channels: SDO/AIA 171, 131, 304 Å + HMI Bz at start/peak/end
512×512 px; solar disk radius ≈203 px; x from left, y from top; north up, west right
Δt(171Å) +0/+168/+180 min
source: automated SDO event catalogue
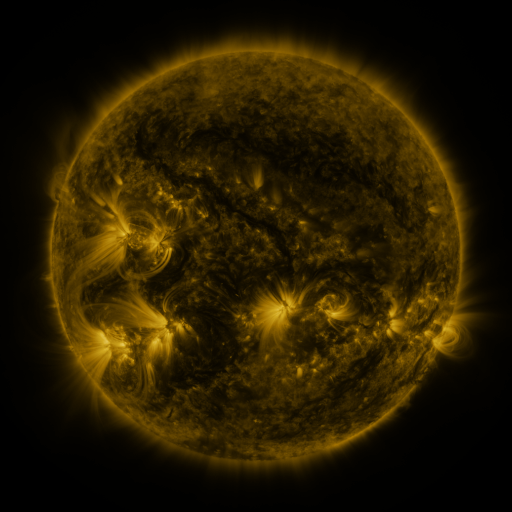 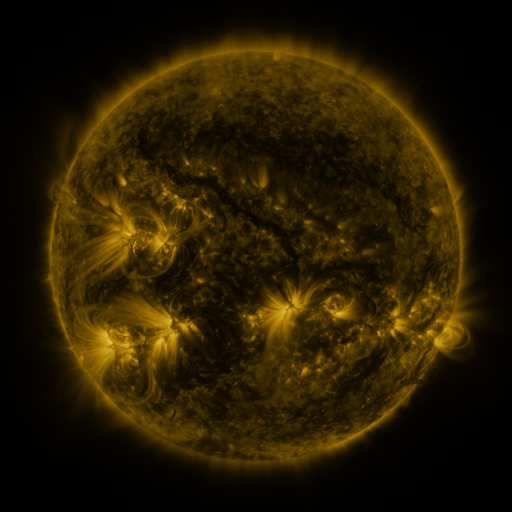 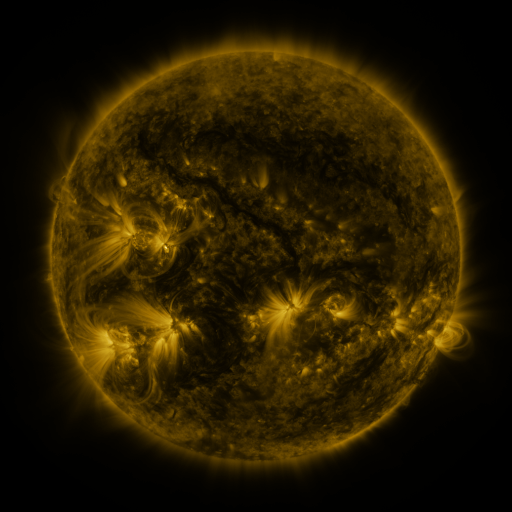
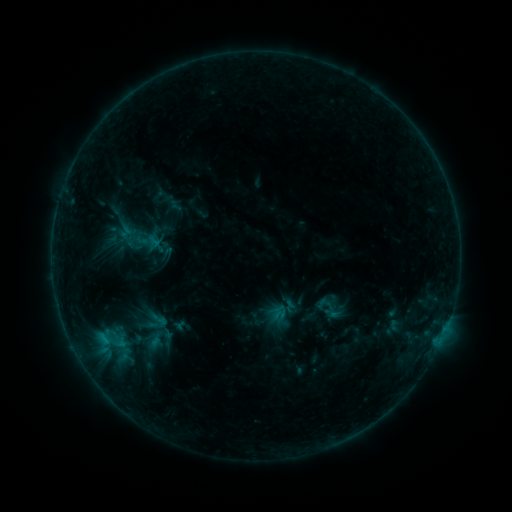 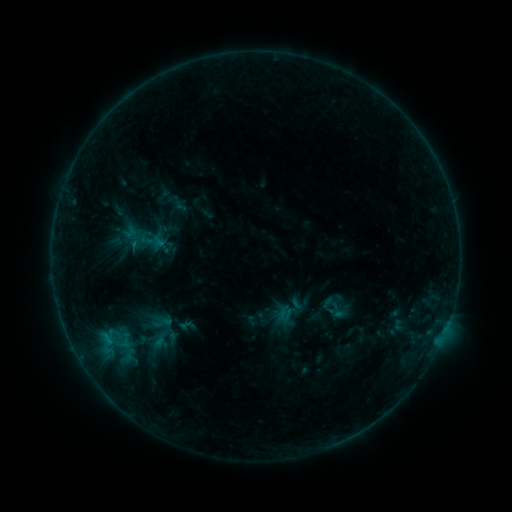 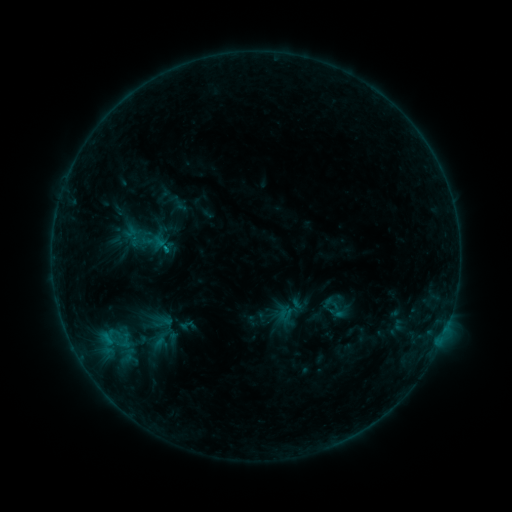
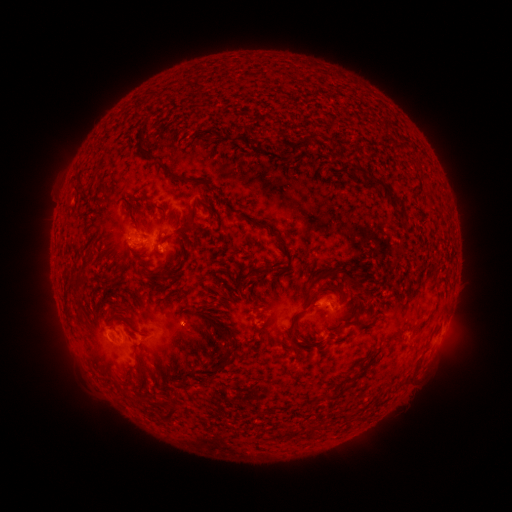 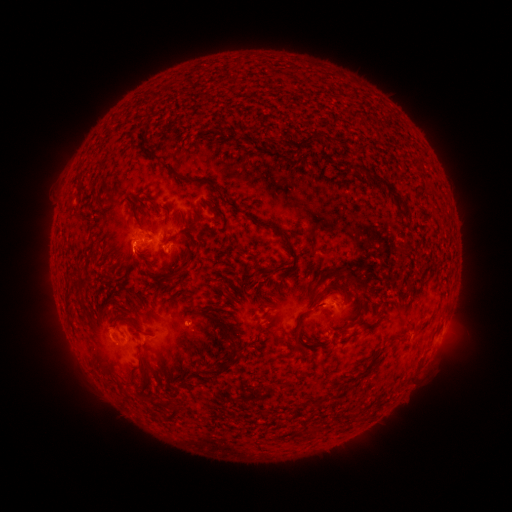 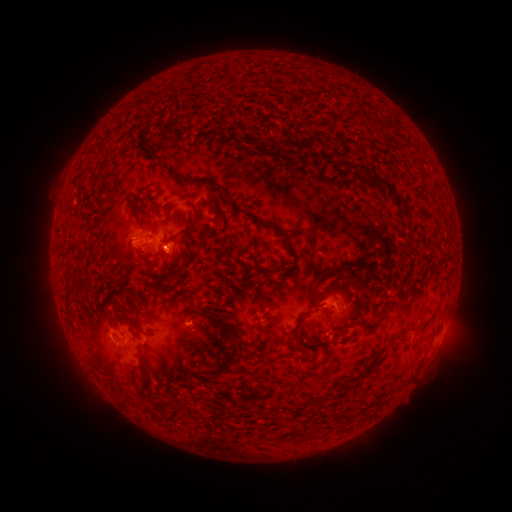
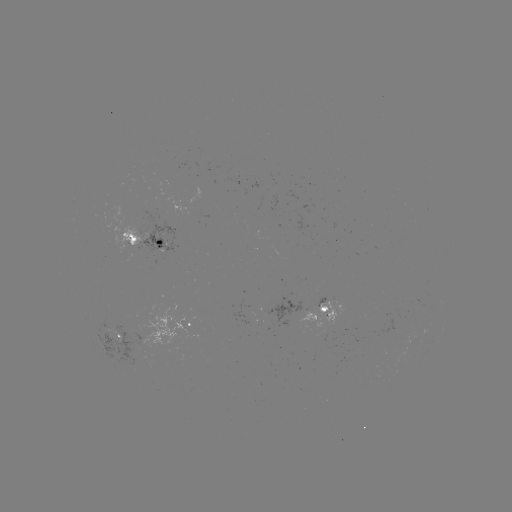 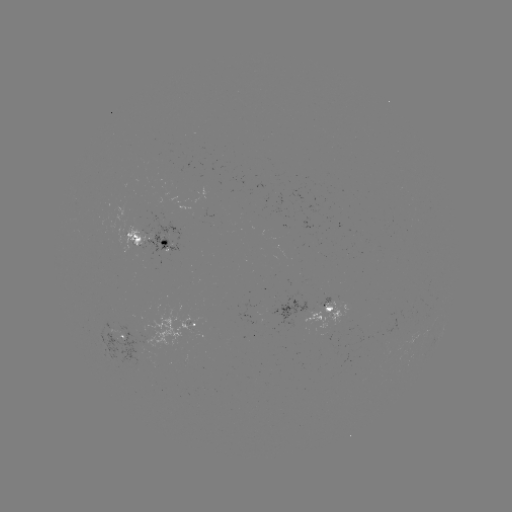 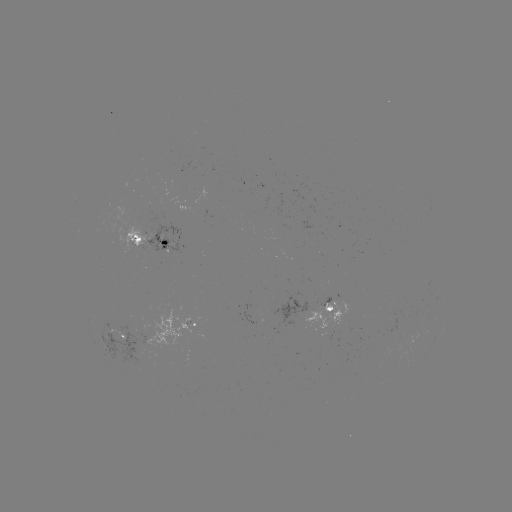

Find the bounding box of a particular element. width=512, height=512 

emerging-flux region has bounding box [317, 297, 331, 308].